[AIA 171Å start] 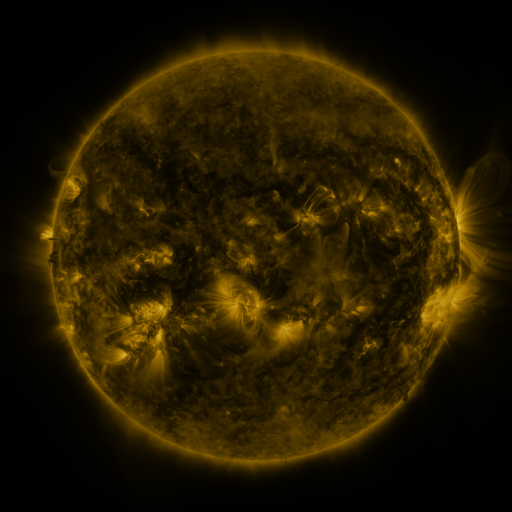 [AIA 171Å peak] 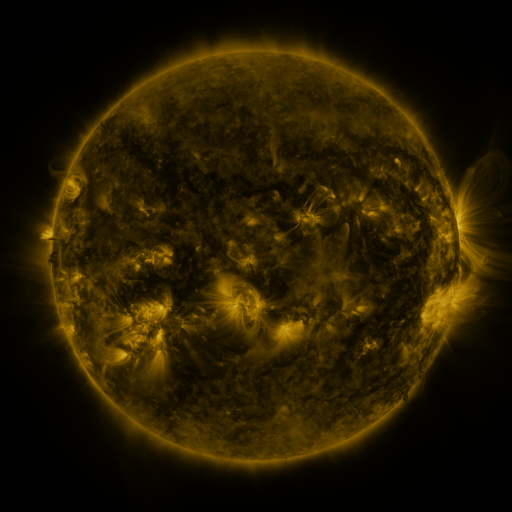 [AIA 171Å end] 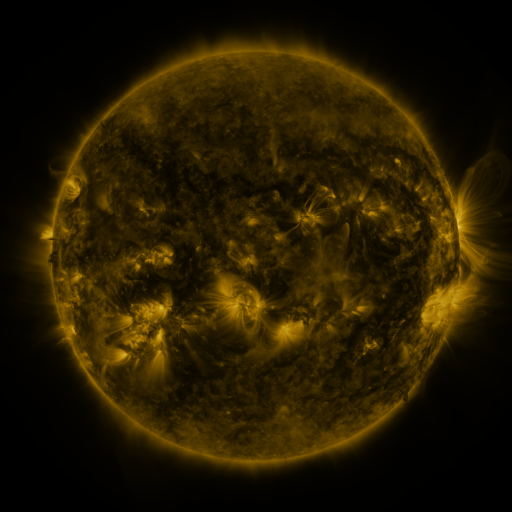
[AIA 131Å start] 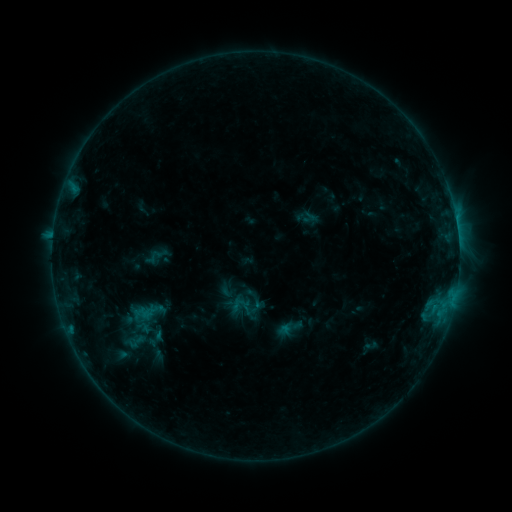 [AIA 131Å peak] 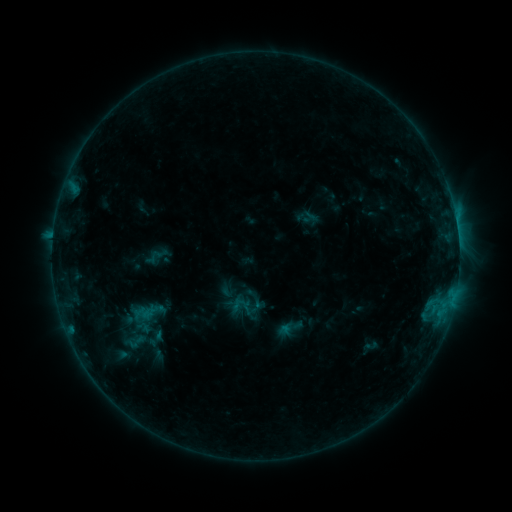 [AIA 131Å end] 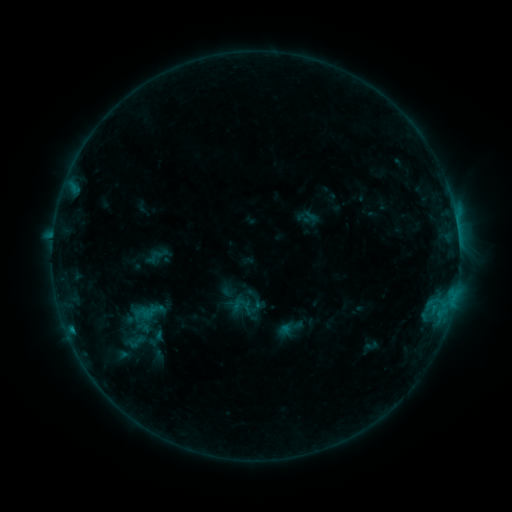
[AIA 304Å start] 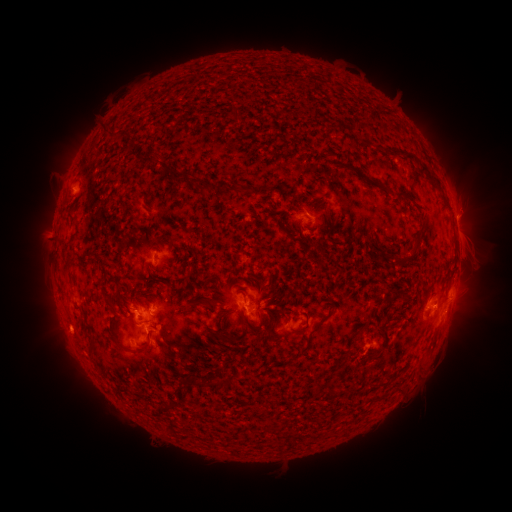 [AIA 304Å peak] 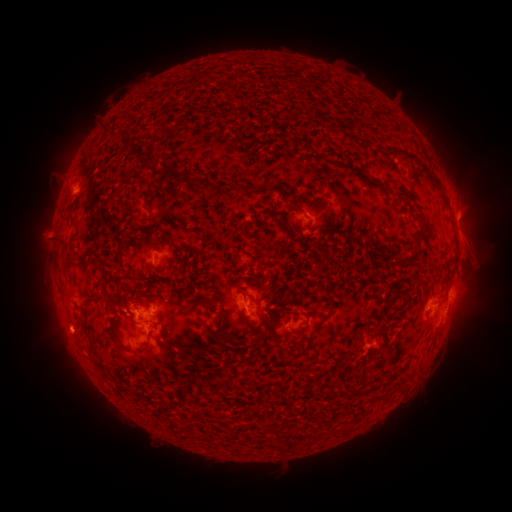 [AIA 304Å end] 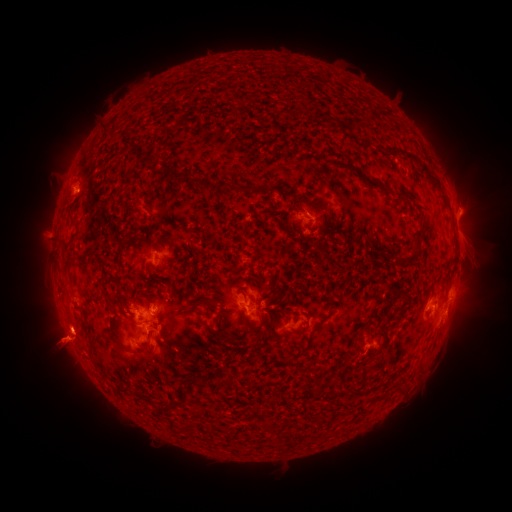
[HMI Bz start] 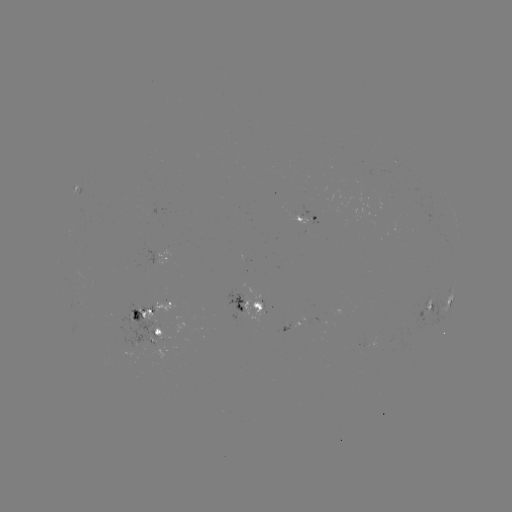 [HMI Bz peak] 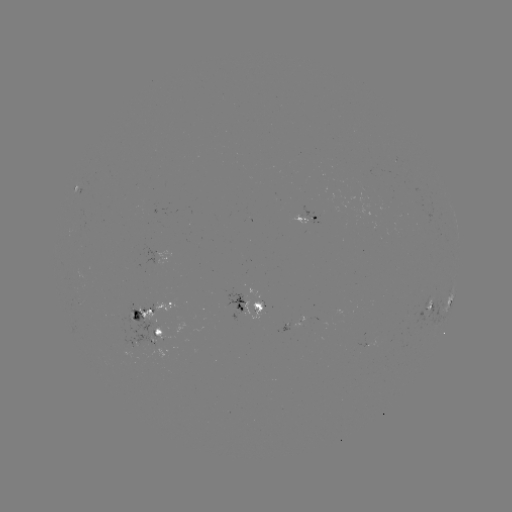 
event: eruption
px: (468, 212)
